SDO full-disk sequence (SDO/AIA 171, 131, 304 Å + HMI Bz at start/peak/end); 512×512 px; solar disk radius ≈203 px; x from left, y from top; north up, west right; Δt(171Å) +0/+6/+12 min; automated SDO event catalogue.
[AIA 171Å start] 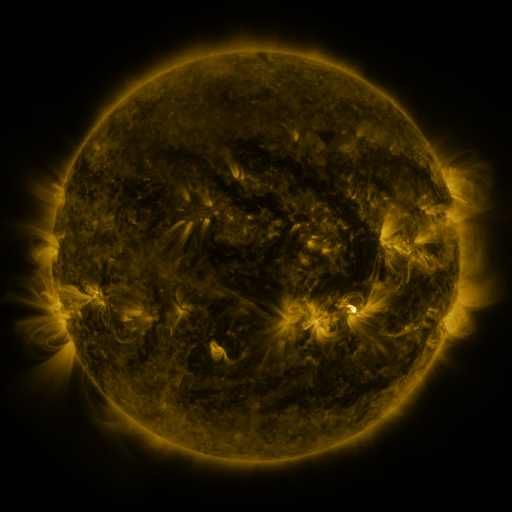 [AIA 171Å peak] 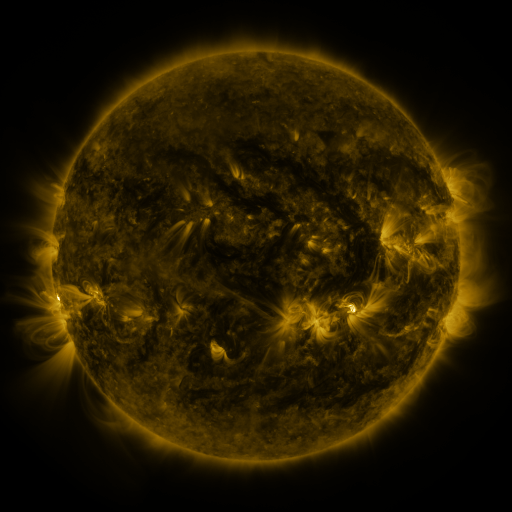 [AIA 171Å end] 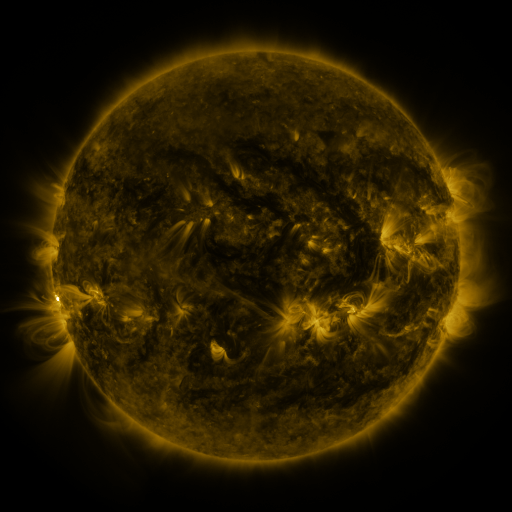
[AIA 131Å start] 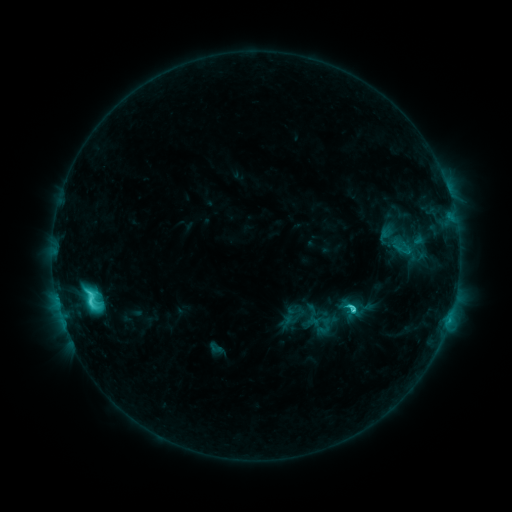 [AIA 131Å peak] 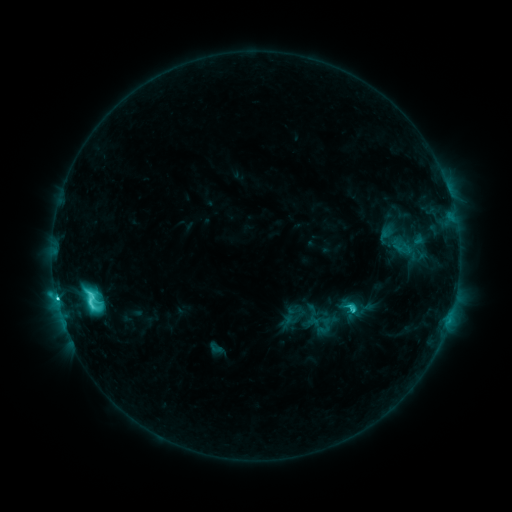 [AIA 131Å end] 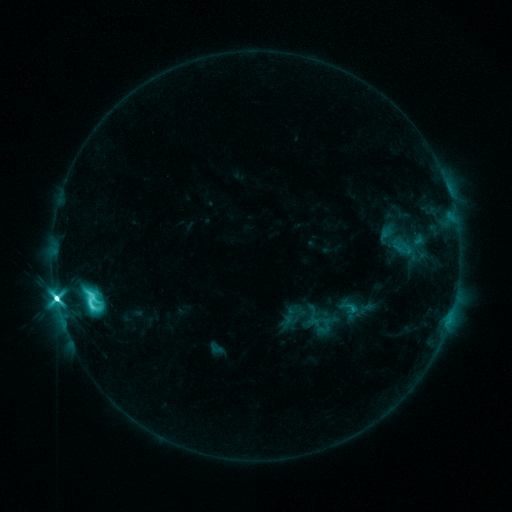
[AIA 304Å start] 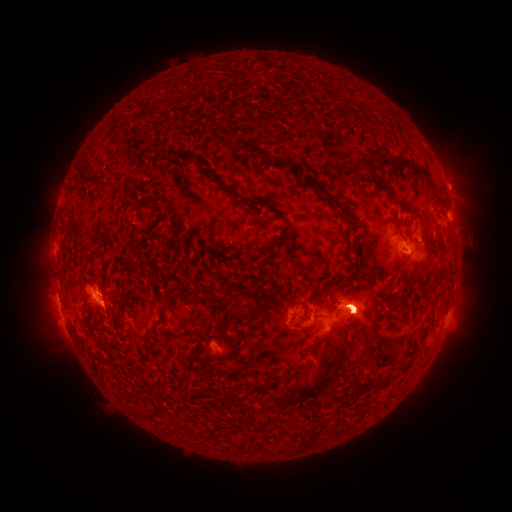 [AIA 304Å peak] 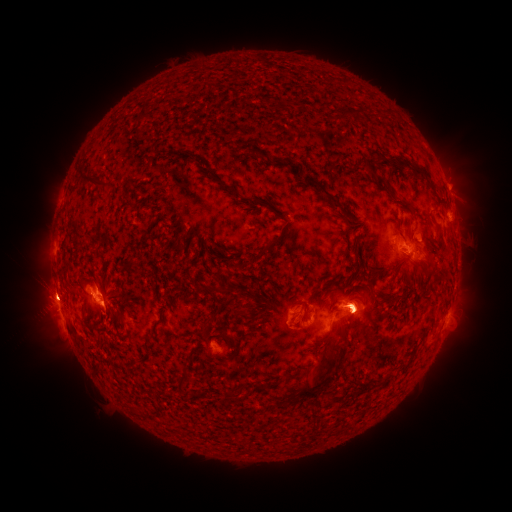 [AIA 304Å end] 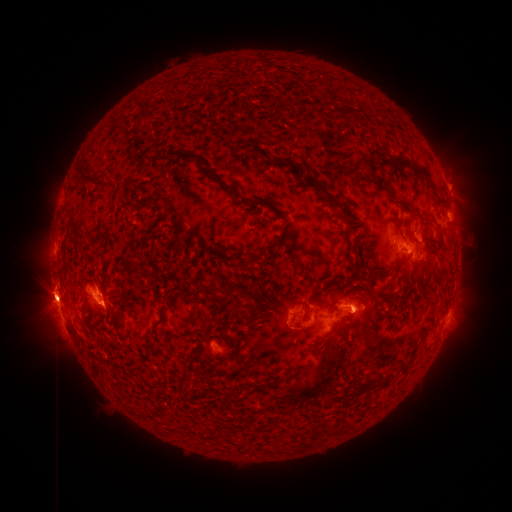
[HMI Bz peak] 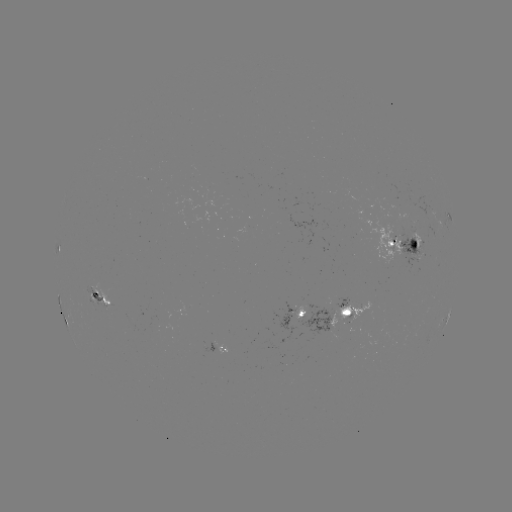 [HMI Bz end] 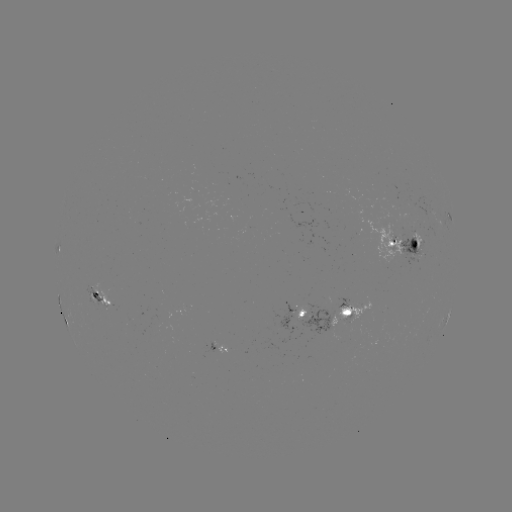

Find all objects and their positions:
eruption: (49, 294)
